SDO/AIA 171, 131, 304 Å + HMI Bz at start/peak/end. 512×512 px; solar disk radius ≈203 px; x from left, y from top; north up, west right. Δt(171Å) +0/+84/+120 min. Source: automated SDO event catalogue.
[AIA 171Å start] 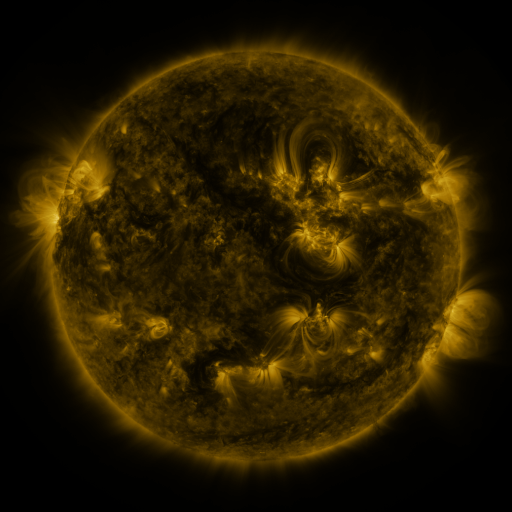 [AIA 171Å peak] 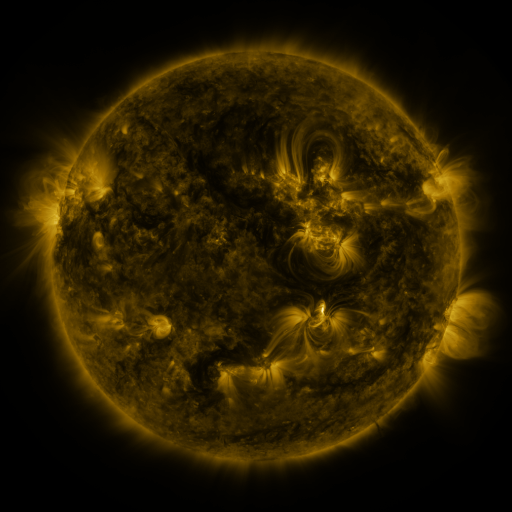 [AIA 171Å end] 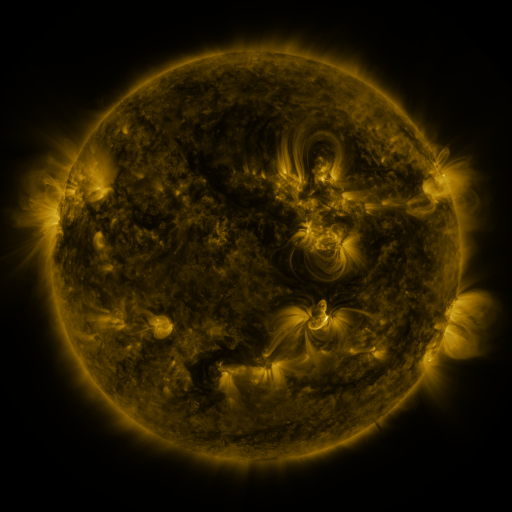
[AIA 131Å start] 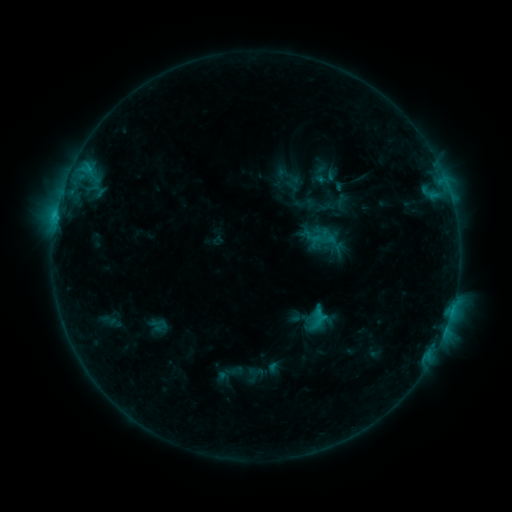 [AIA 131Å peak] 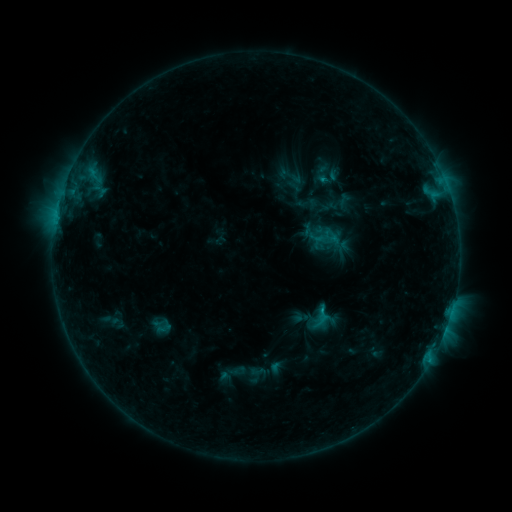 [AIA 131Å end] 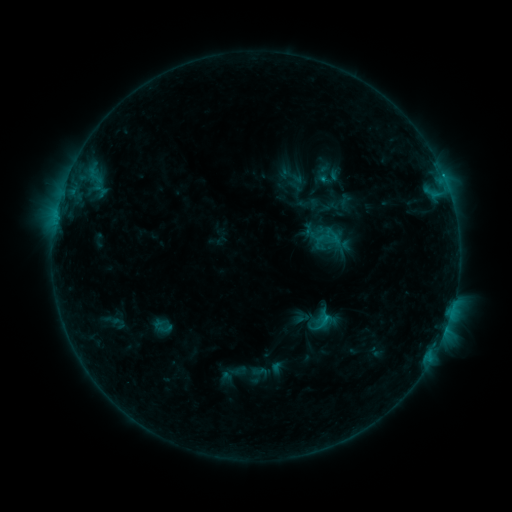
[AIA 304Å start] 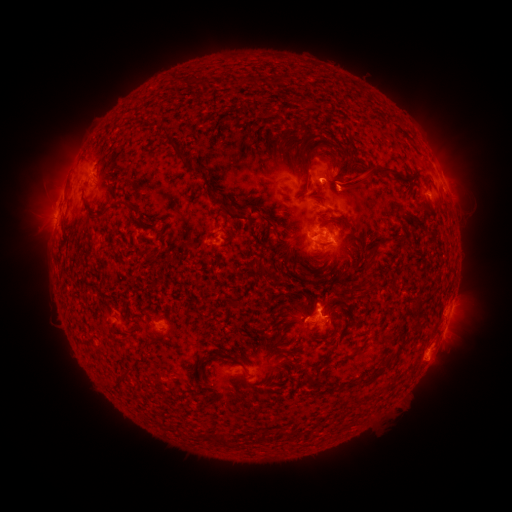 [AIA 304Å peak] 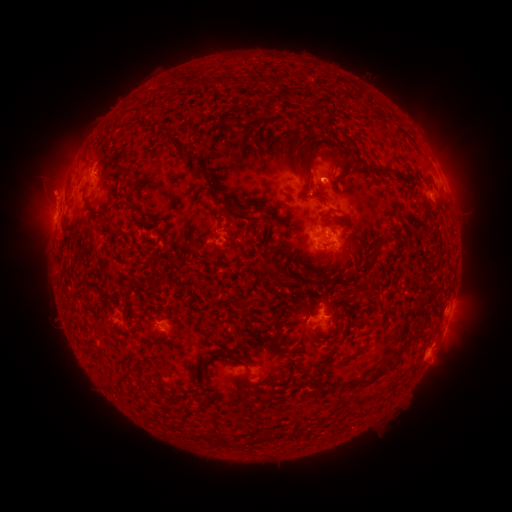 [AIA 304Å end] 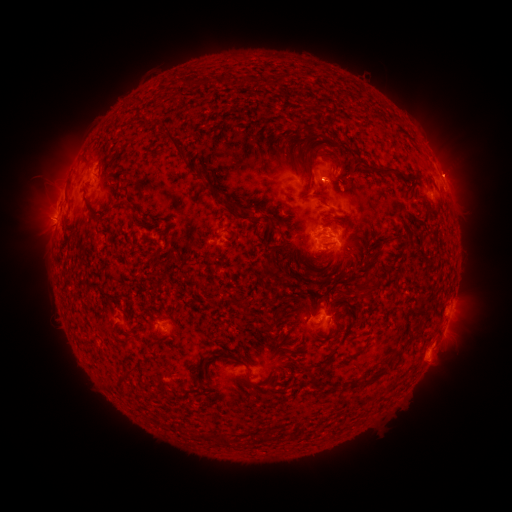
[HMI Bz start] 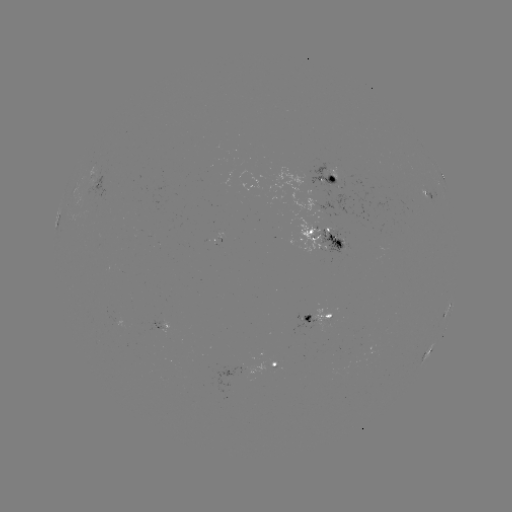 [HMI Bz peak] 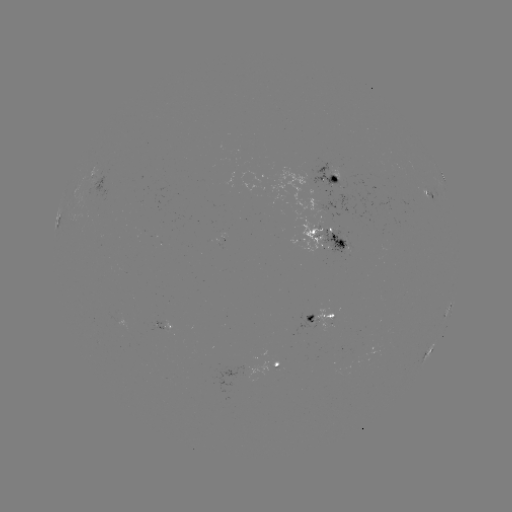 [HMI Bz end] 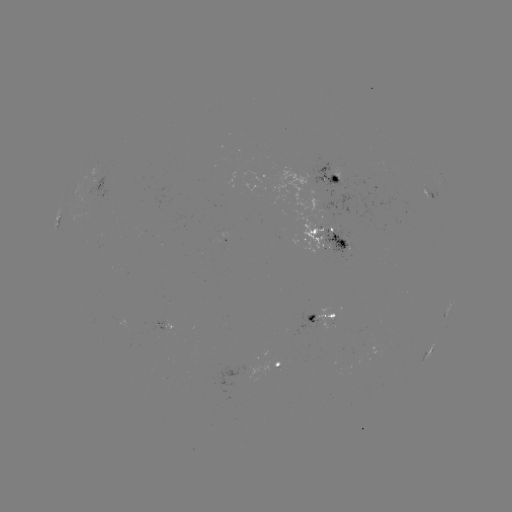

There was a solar emerging-flux region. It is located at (164, 378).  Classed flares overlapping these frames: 1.